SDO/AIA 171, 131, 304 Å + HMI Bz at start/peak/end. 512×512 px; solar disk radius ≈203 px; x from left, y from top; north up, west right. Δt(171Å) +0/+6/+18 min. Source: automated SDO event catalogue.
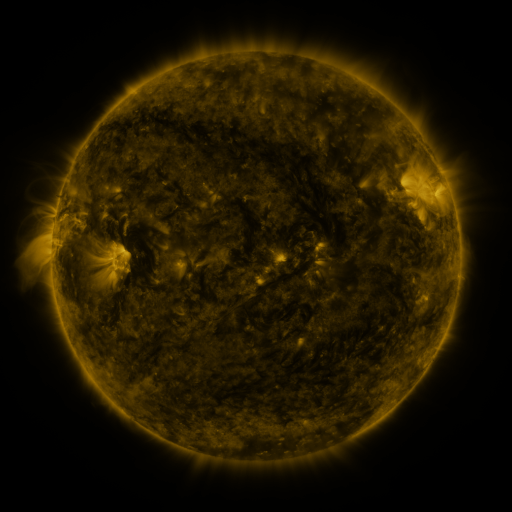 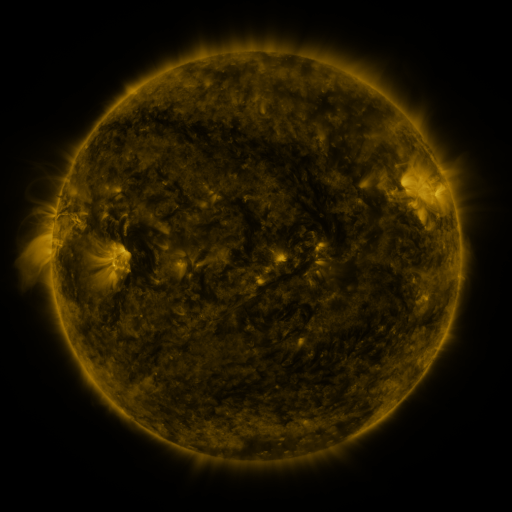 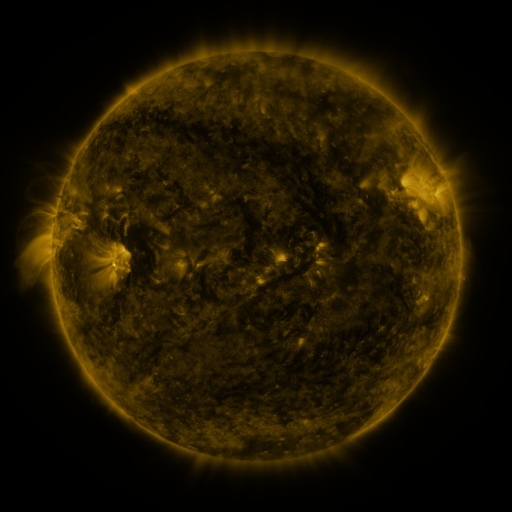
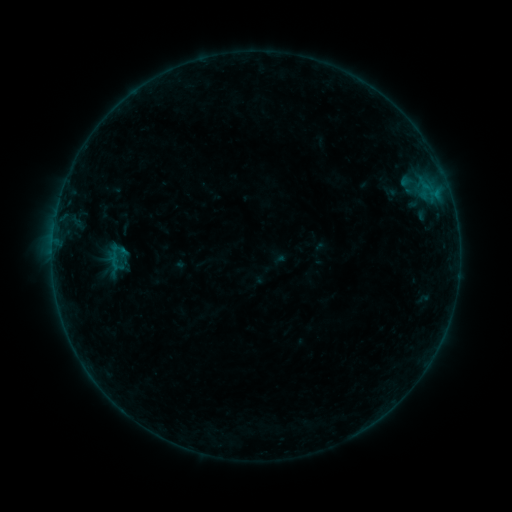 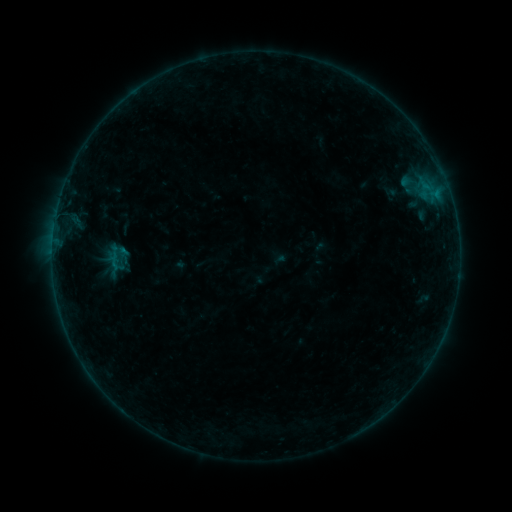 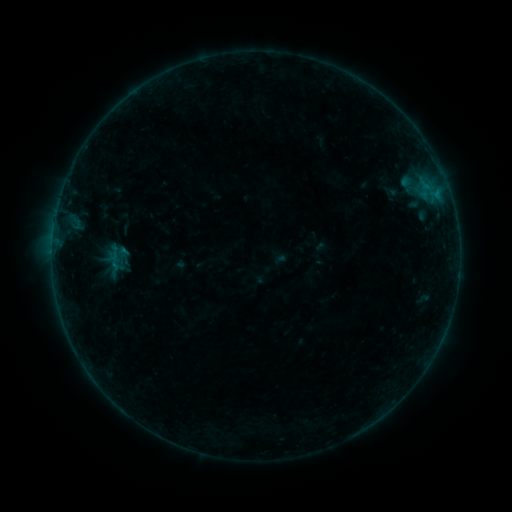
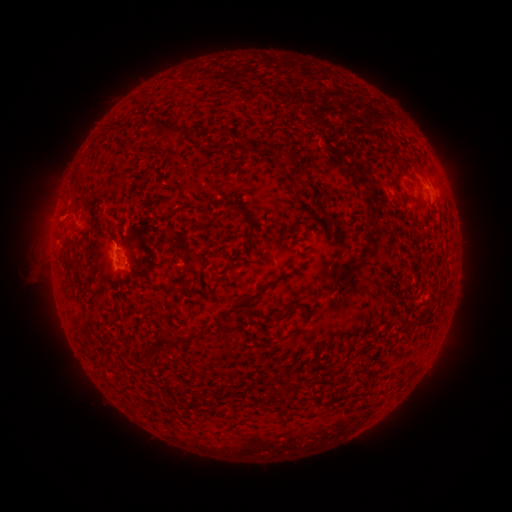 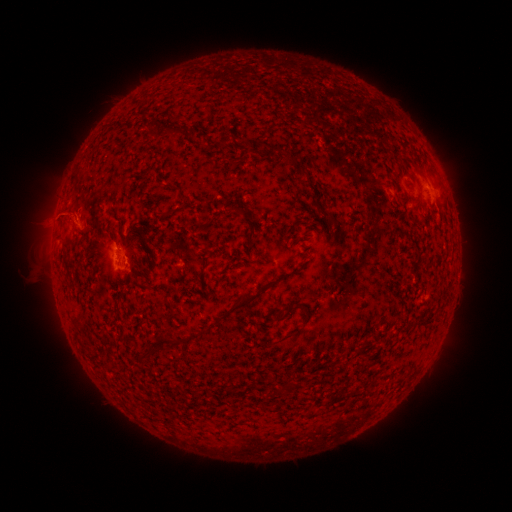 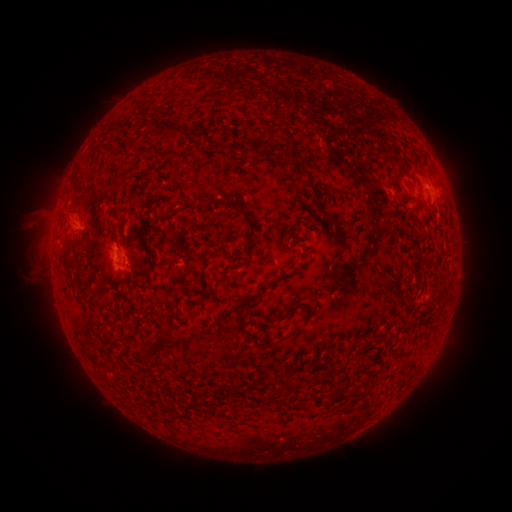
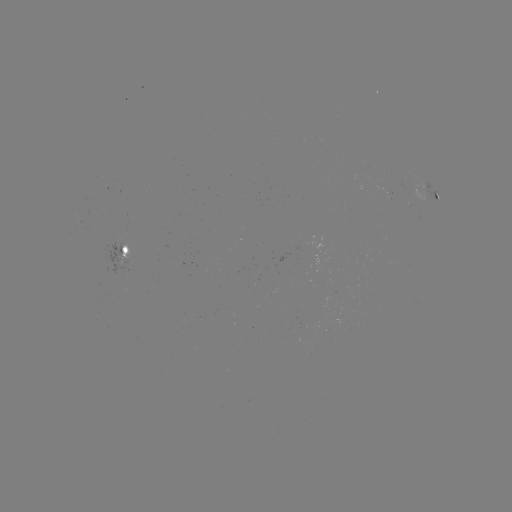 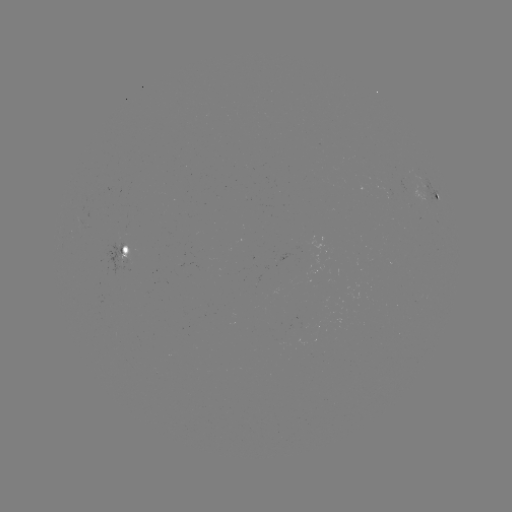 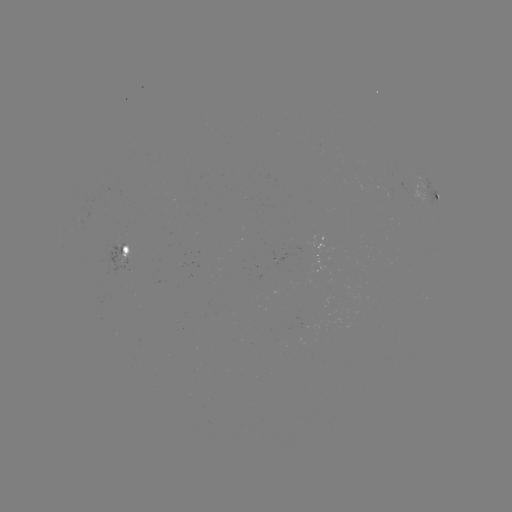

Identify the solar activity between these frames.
eruption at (57, 219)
